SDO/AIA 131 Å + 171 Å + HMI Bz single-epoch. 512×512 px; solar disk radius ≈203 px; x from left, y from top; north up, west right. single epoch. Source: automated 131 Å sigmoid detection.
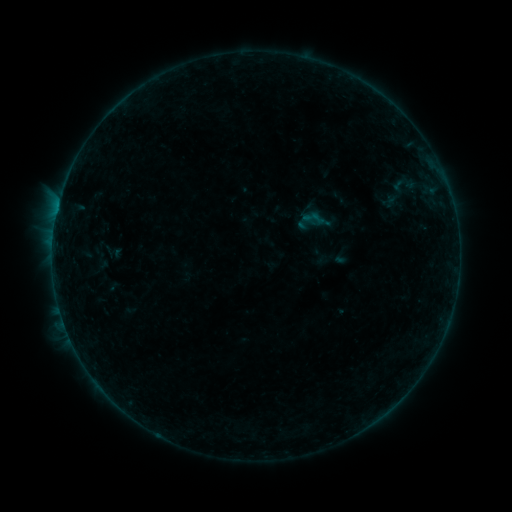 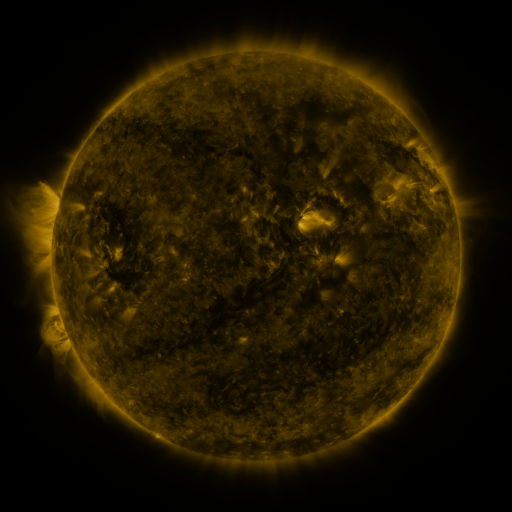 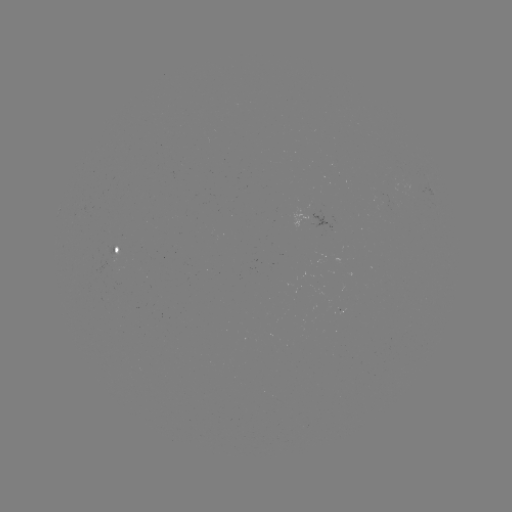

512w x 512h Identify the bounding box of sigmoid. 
[365, 161, 437, 221].